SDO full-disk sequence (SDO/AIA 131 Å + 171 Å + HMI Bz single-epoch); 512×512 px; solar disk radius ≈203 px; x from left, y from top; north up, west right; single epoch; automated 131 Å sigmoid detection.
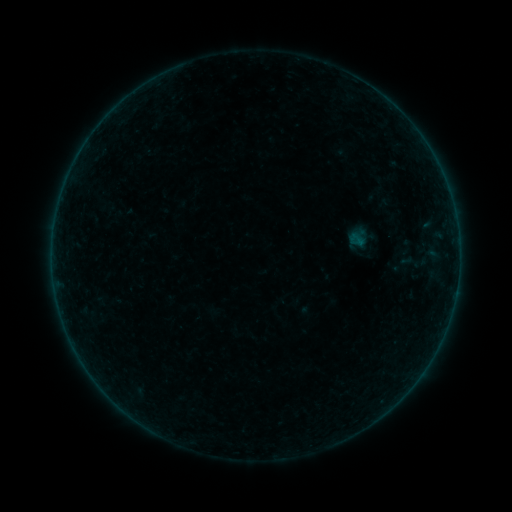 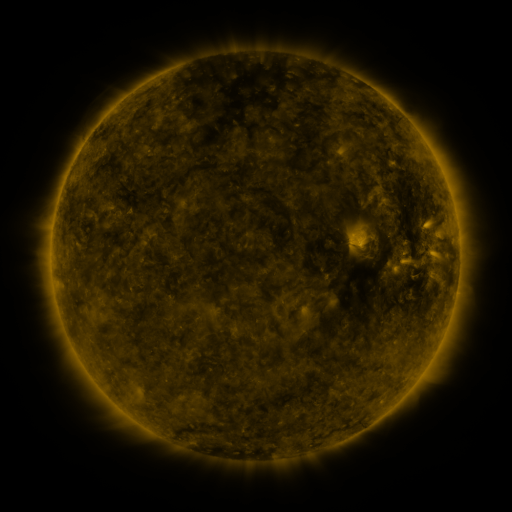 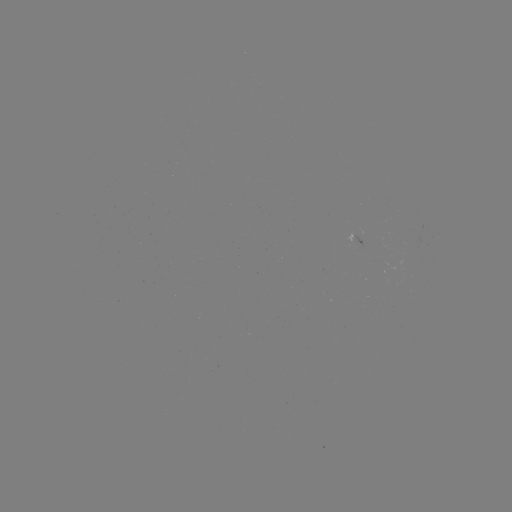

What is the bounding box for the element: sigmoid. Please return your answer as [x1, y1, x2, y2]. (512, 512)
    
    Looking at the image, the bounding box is [399, 247, 430, 276].